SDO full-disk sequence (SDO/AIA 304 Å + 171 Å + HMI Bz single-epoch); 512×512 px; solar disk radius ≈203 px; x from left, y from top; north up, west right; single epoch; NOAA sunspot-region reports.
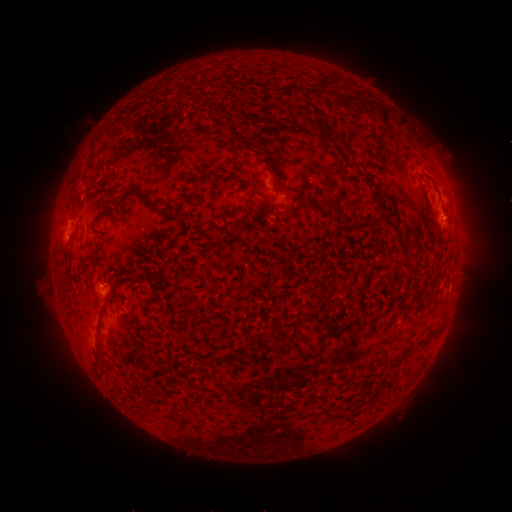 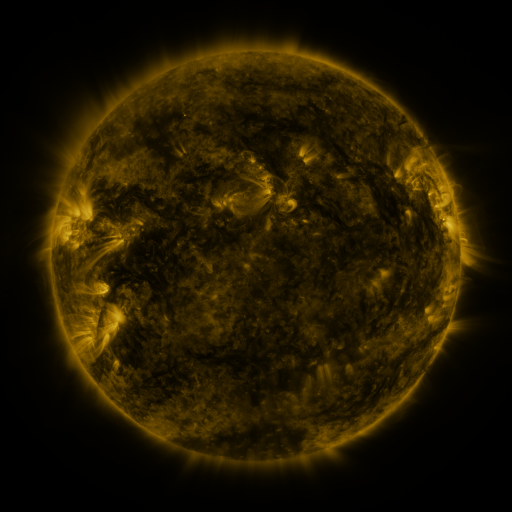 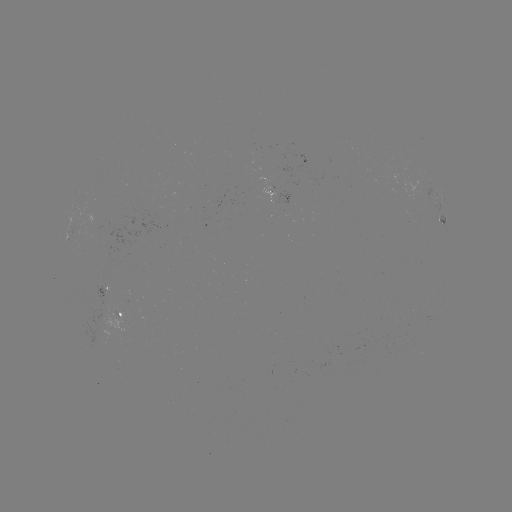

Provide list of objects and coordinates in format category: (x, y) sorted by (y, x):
spotted active region: (269, 186)
spotted active region: (456, 229)
spotted active region: (106, 290)
spotted active region: (125, 313)
